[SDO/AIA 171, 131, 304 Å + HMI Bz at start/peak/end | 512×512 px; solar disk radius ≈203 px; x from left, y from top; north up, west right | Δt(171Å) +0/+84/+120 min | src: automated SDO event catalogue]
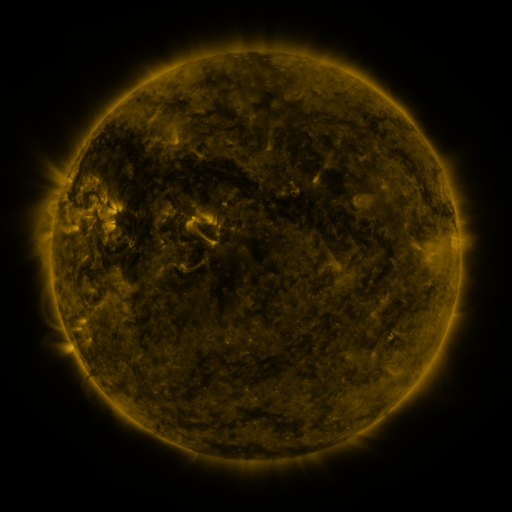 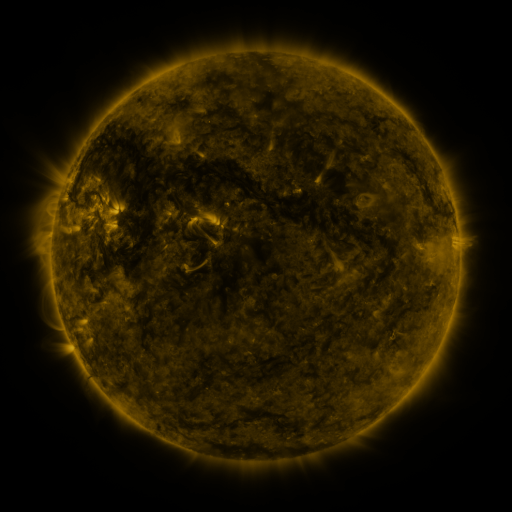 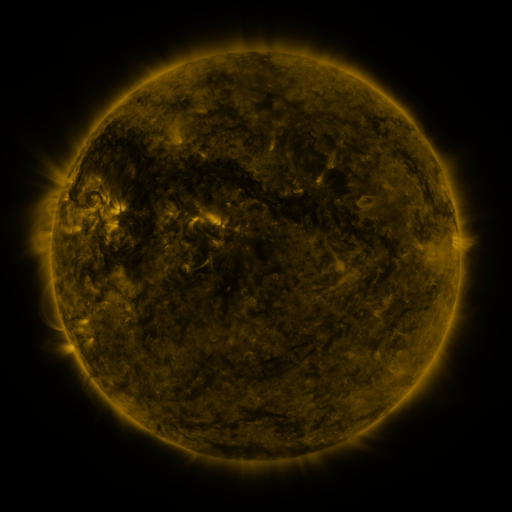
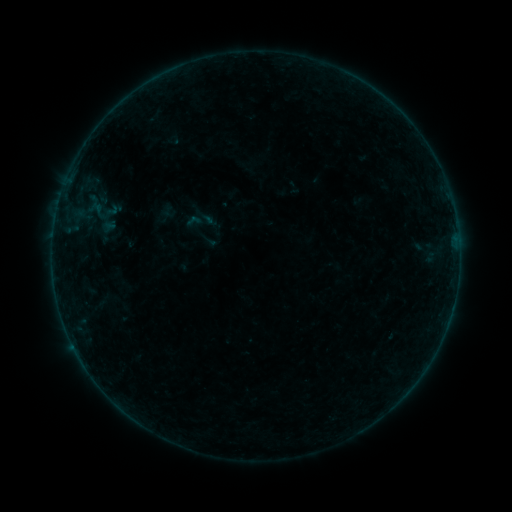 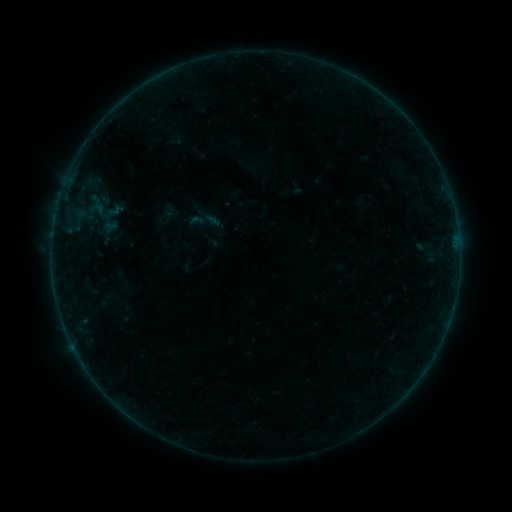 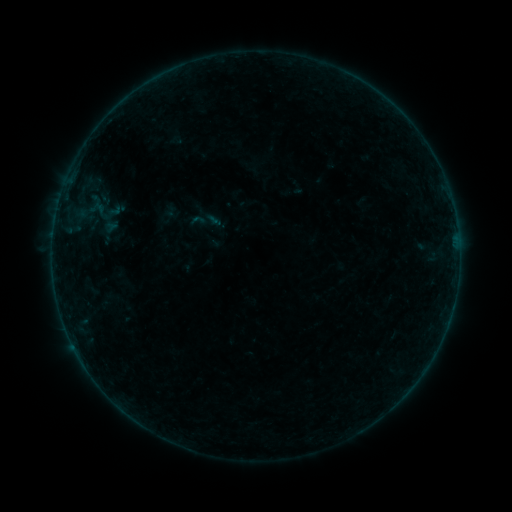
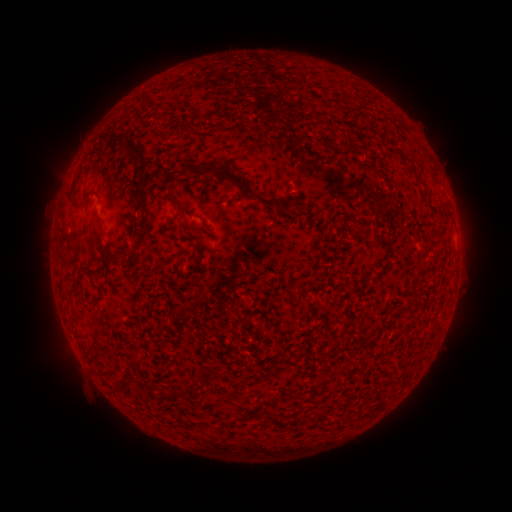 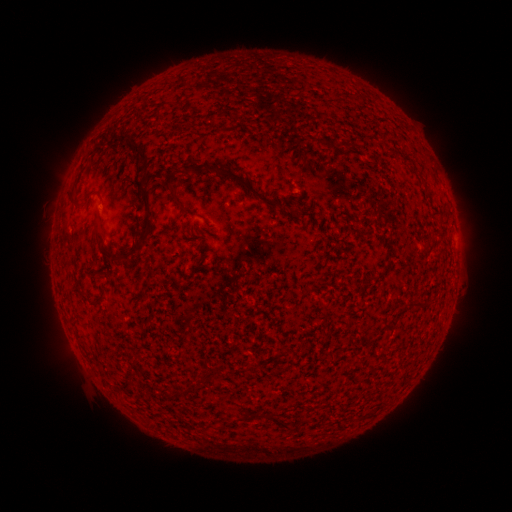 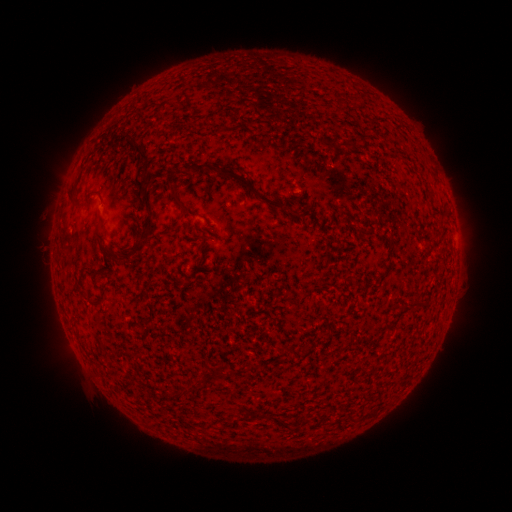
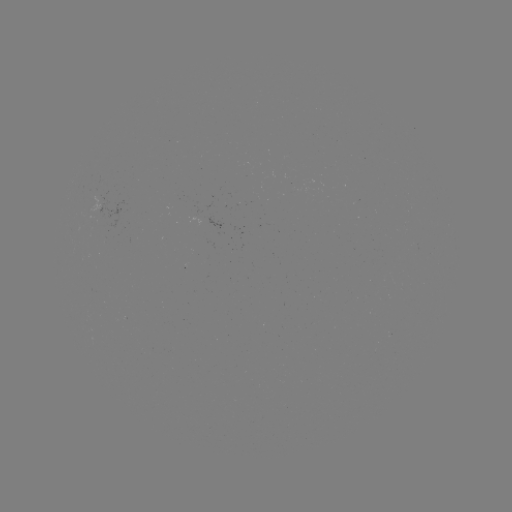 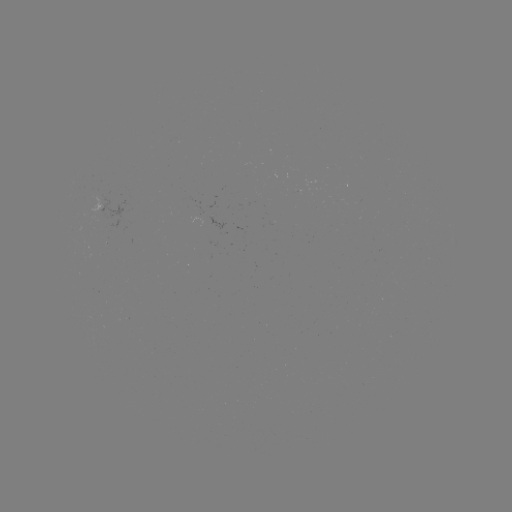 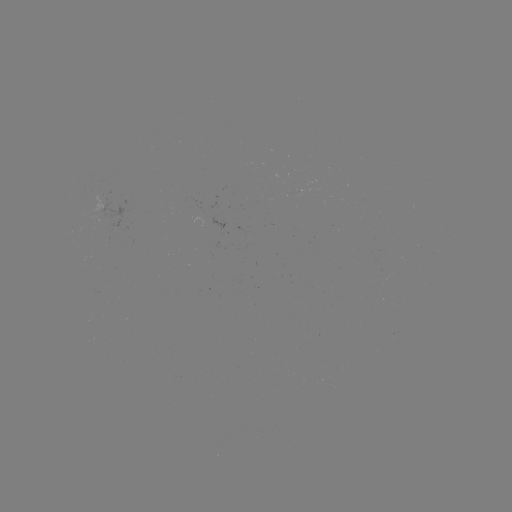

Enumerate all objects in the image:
emerging-flux region: (199, 212)
